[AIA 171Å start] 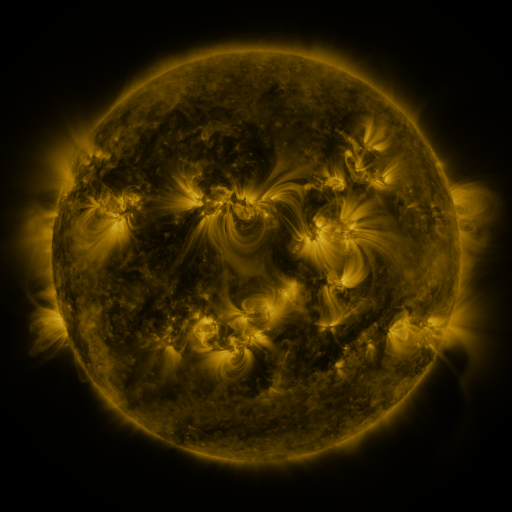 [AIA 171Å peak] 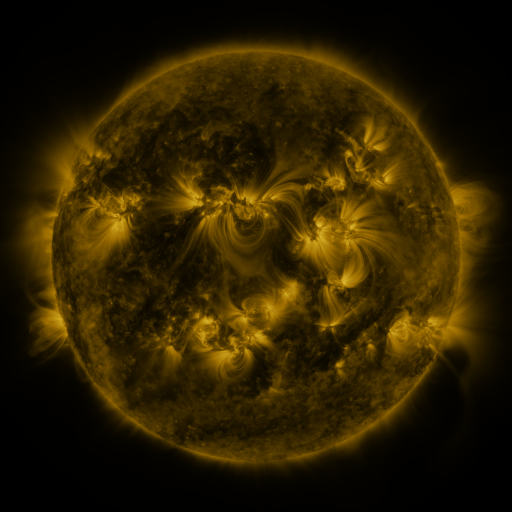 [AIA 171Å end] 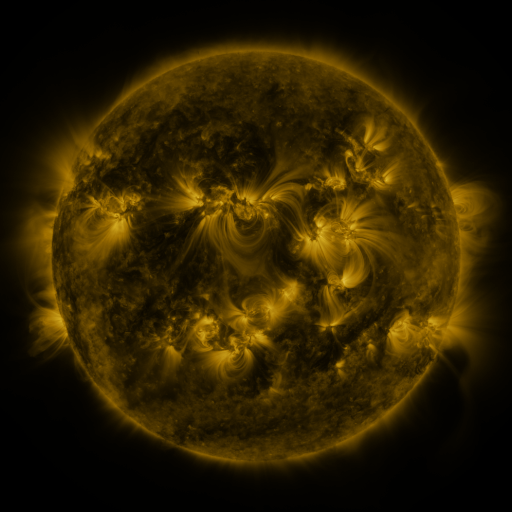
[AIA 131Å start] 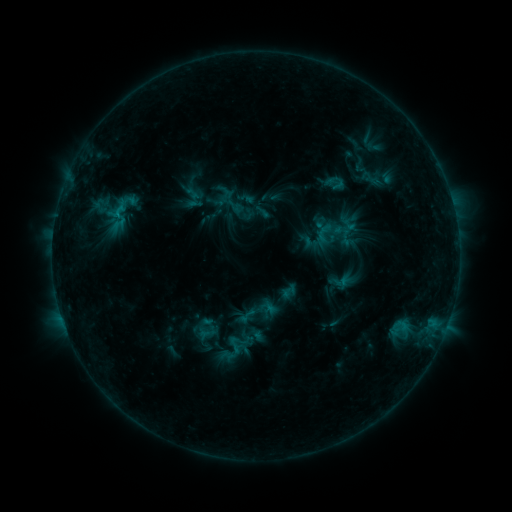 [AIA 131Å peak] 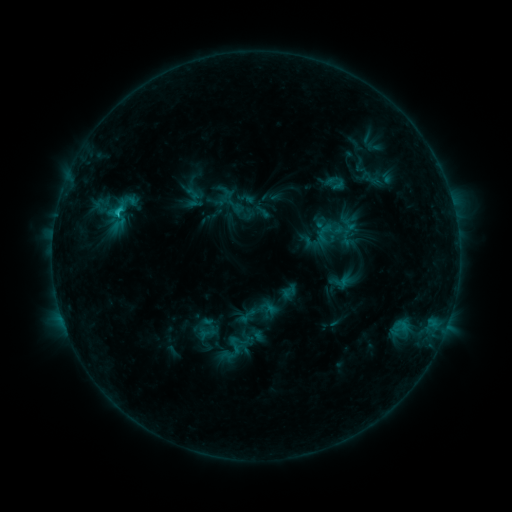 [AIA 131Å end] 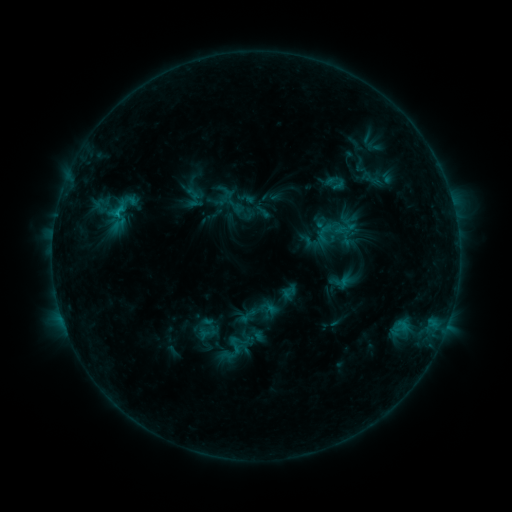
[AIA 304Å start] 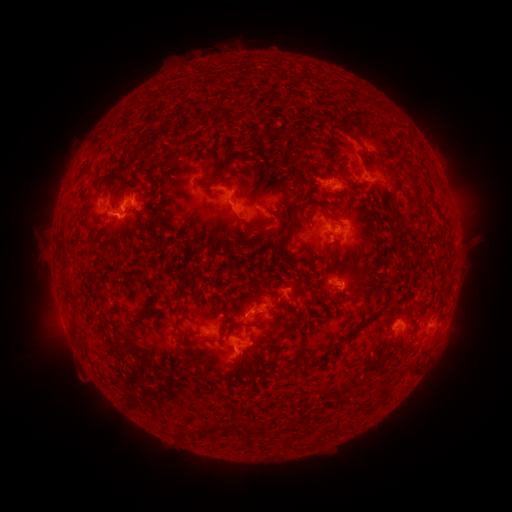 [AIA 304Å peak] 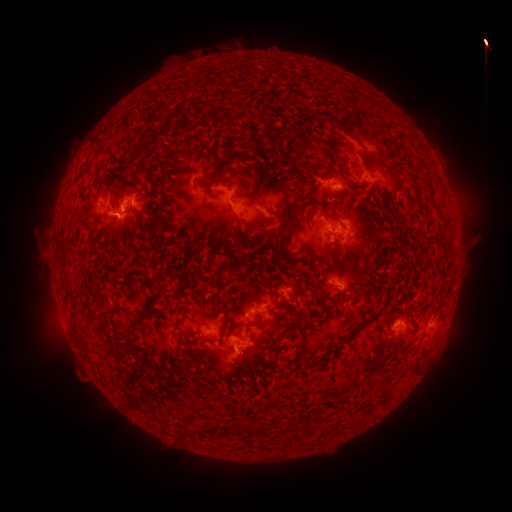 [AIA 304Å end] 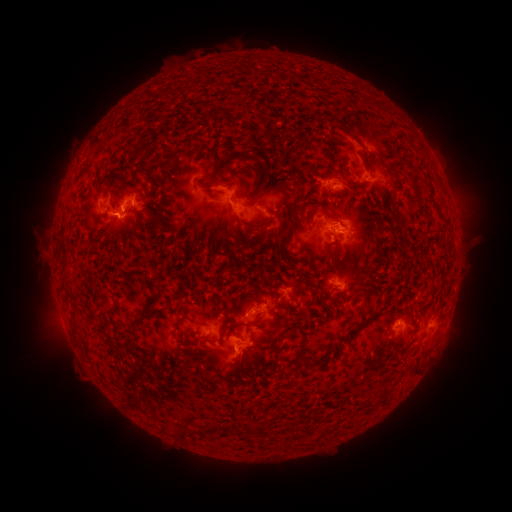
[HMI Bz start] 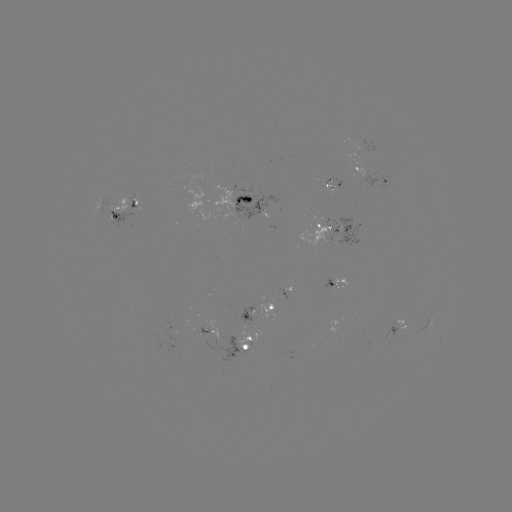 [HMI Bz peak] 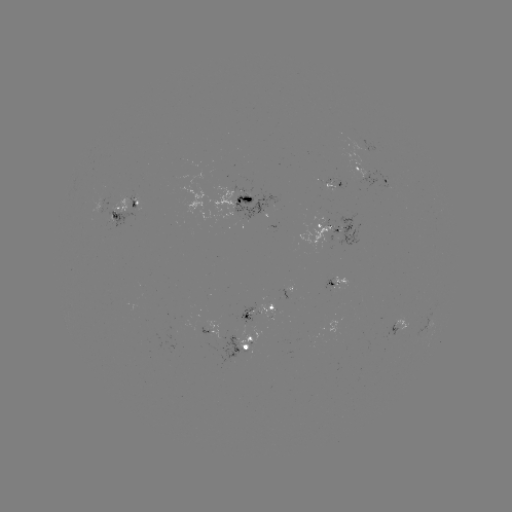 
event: flare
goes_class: C1.1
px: (118, 217)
